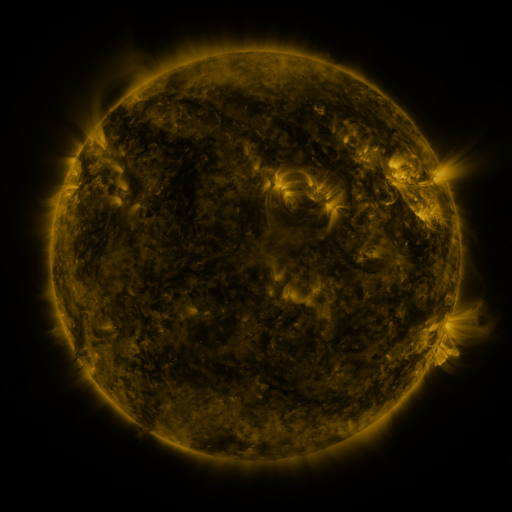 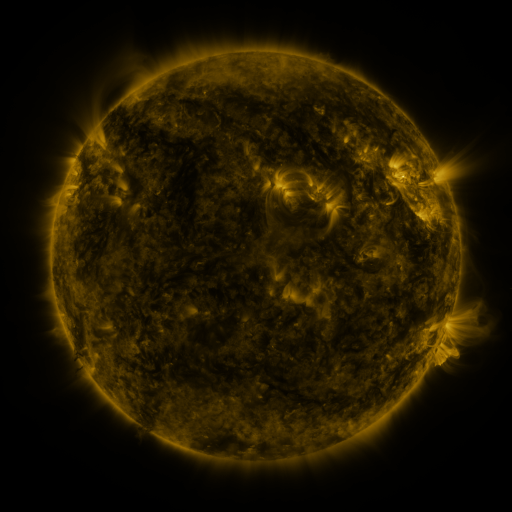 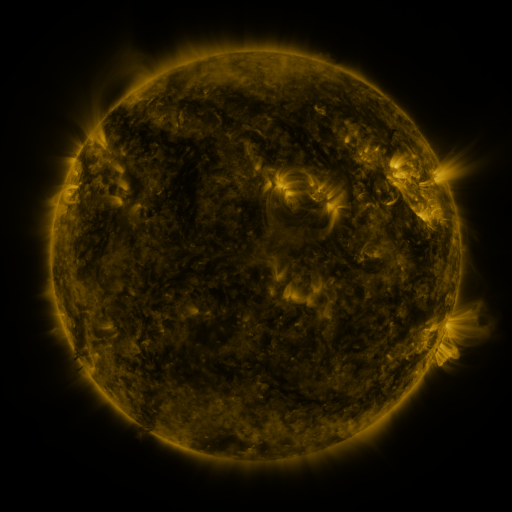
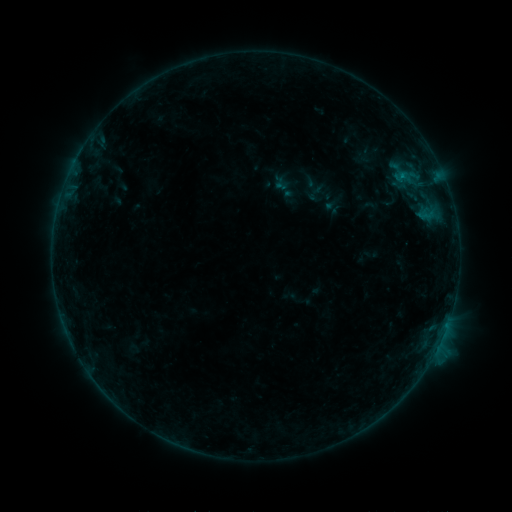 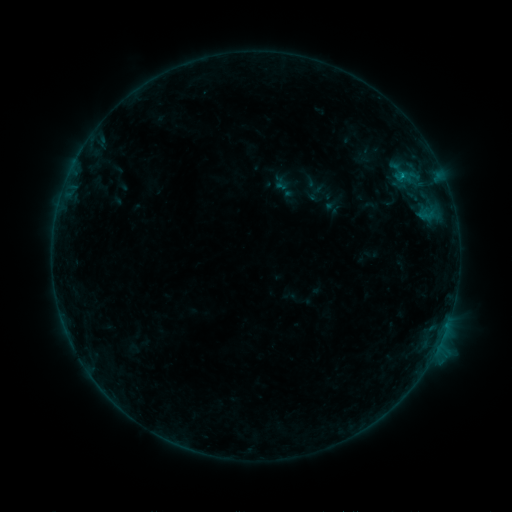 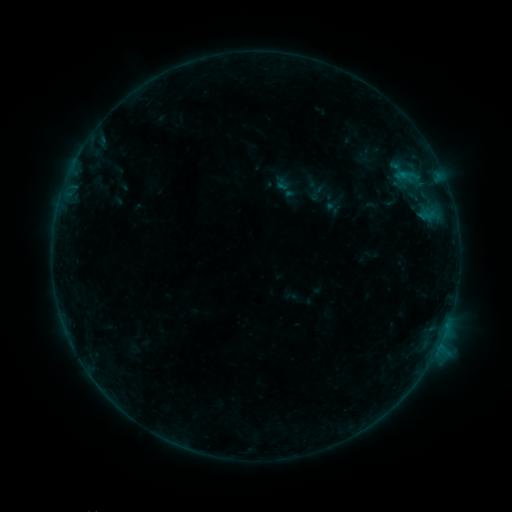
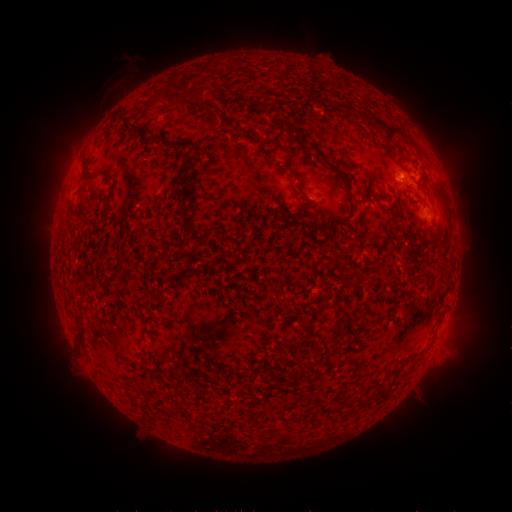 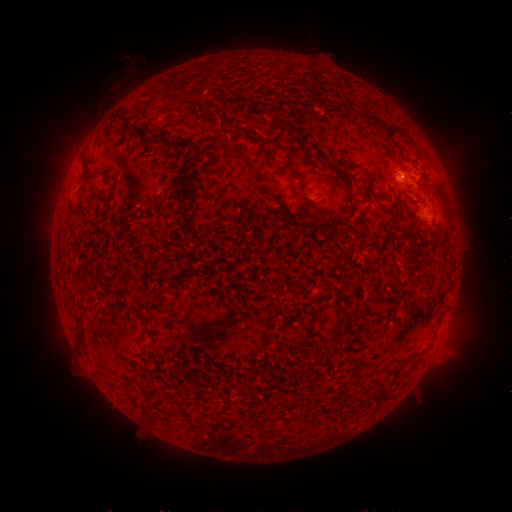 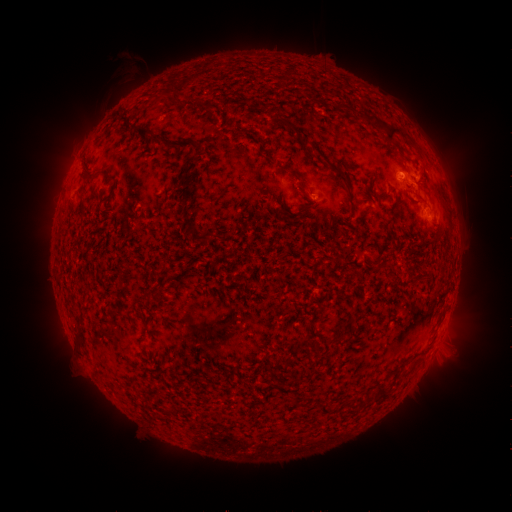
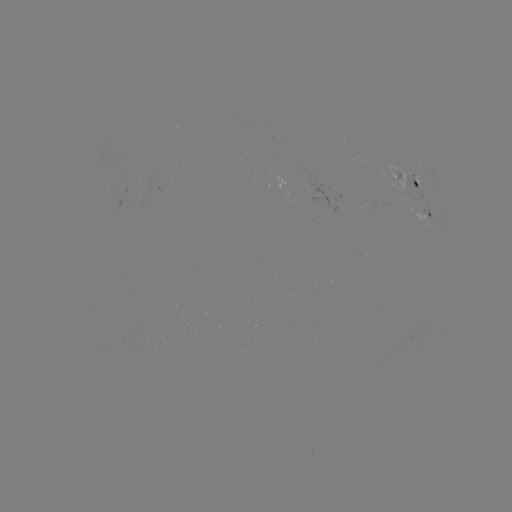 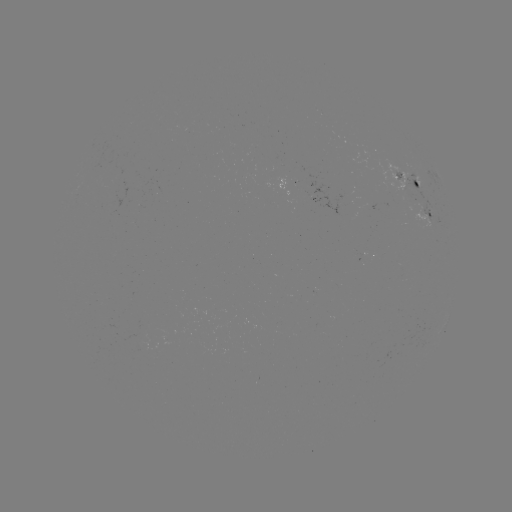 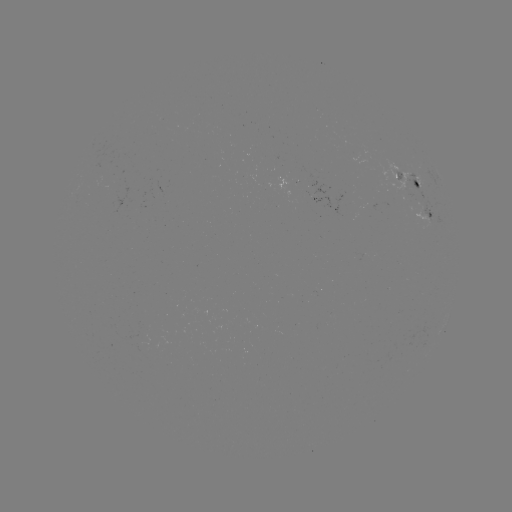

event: flare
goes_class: B3.7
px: (401, 176)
